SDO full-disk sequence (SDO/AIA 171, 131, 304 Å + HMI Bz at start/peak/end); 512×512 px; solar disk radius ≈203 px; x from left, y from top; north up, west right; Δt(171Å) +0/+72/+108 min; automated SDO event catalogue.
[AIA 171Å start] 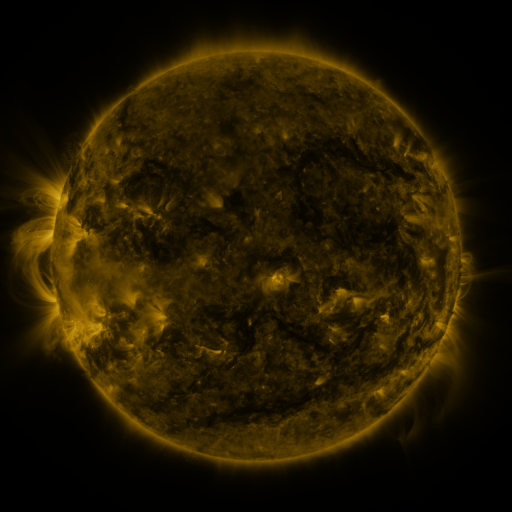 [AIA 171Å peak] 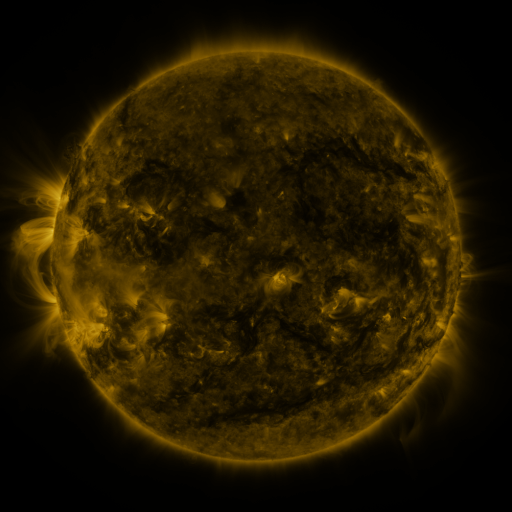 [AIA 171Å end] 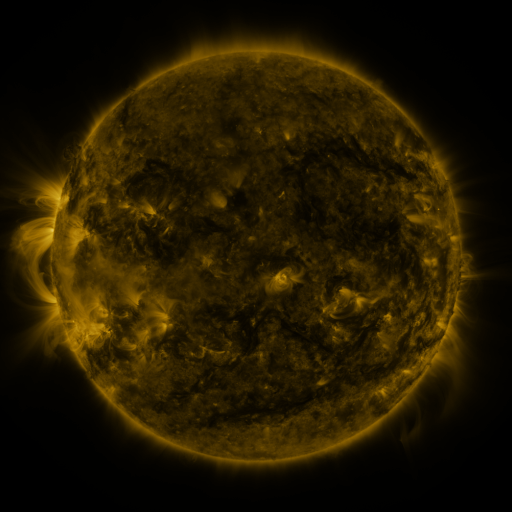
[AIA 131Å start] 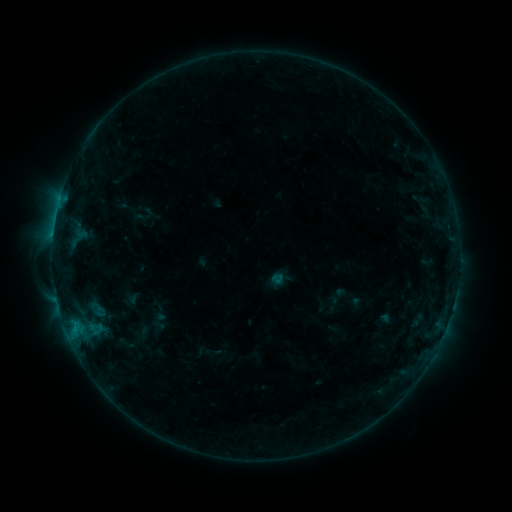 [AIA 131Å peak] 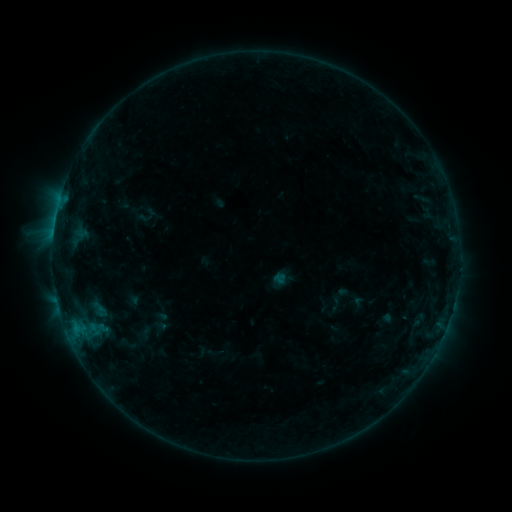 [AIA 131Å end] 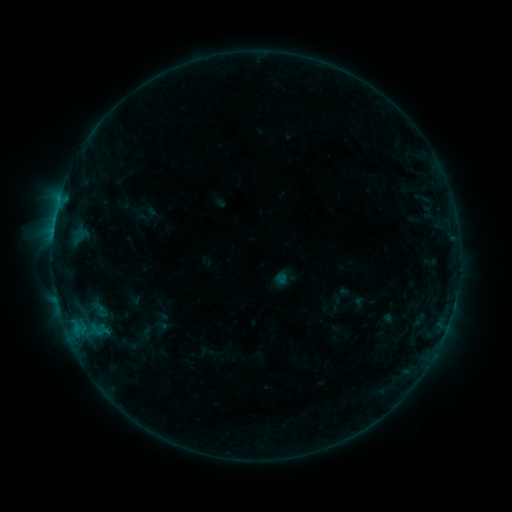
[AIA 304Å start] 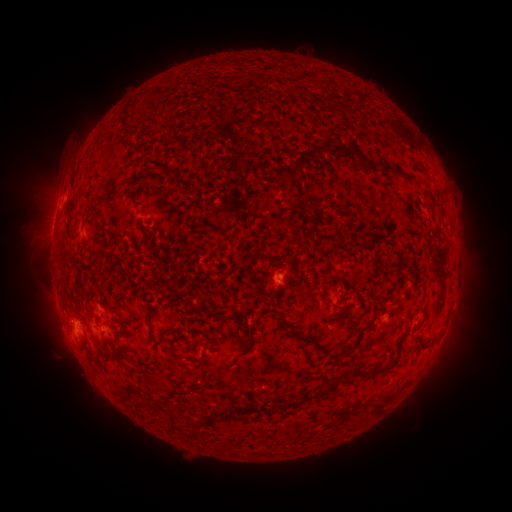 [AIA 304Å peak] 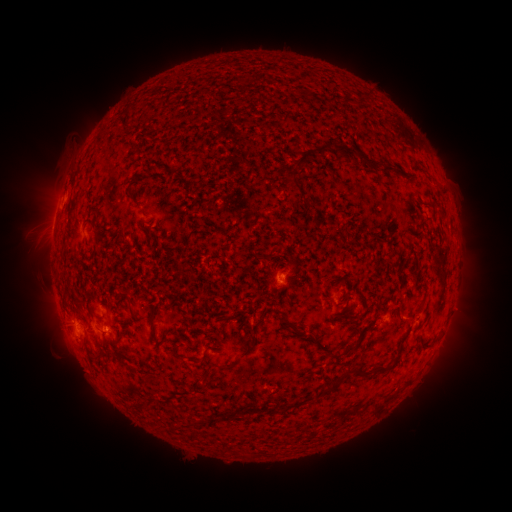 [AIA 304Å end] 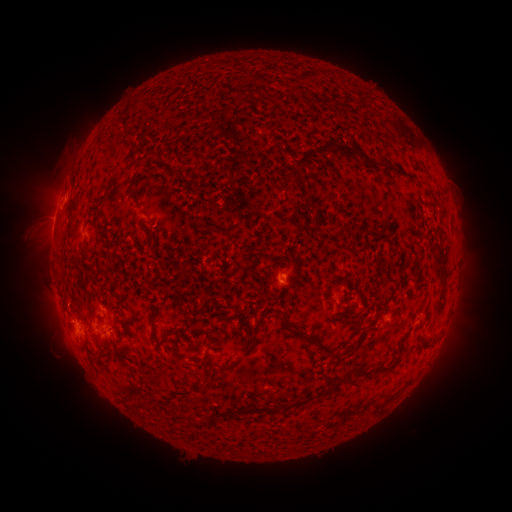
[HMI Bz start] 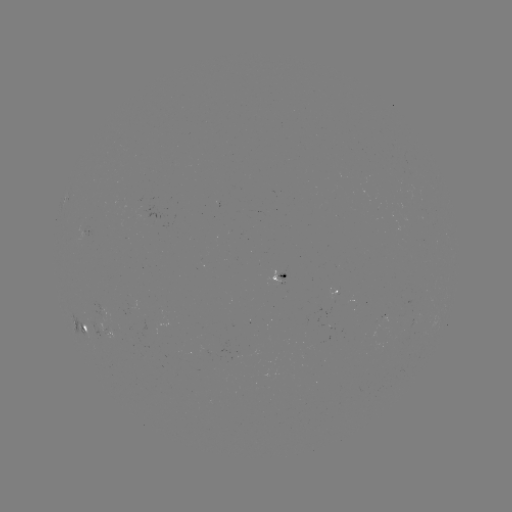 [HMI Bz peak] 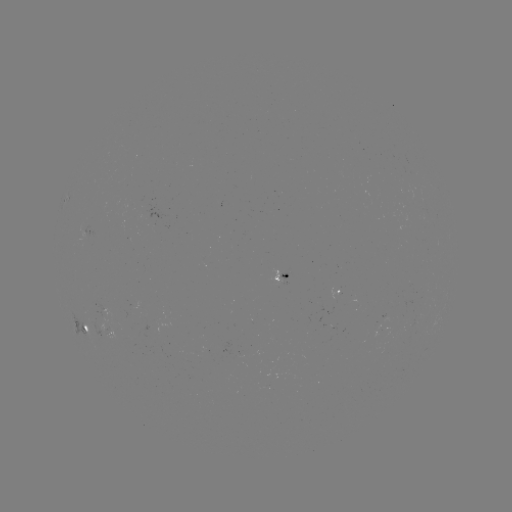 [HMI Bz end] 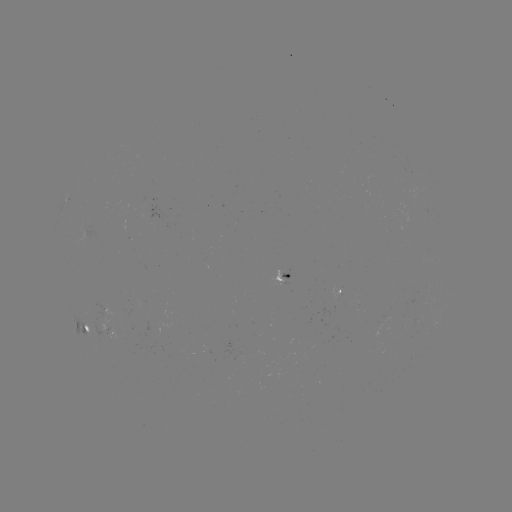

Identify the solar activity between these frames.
emerging-flux region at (417, 311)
